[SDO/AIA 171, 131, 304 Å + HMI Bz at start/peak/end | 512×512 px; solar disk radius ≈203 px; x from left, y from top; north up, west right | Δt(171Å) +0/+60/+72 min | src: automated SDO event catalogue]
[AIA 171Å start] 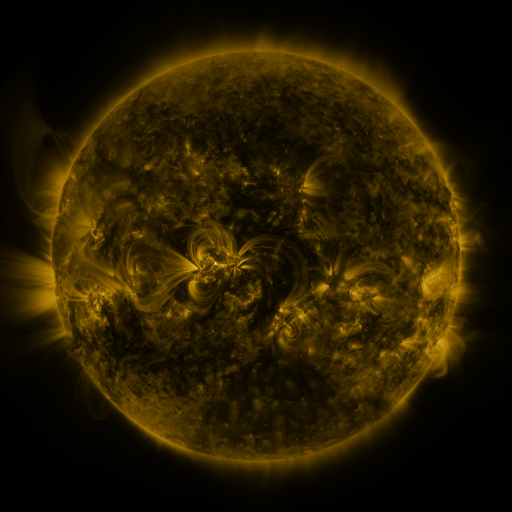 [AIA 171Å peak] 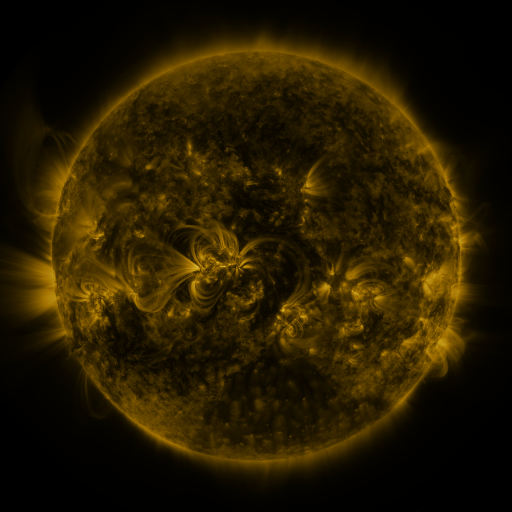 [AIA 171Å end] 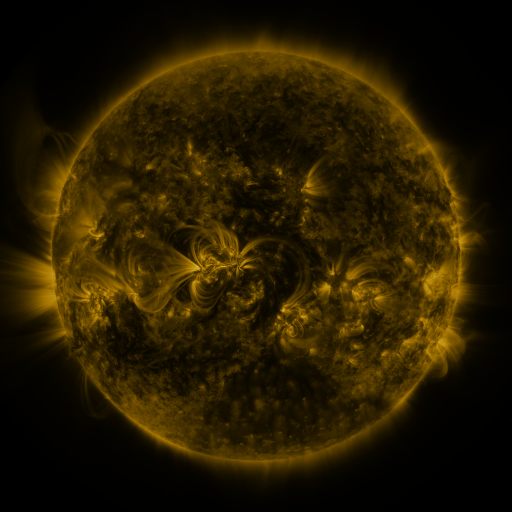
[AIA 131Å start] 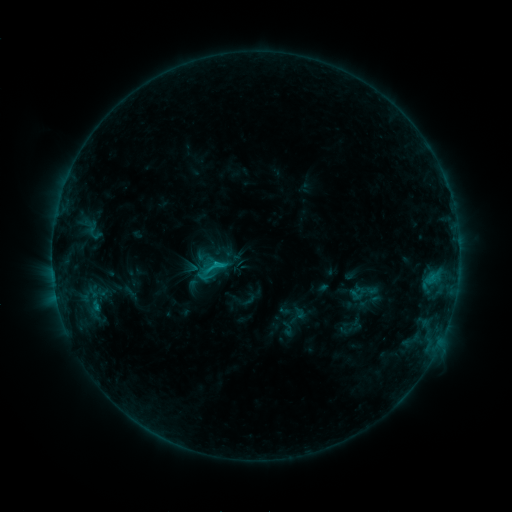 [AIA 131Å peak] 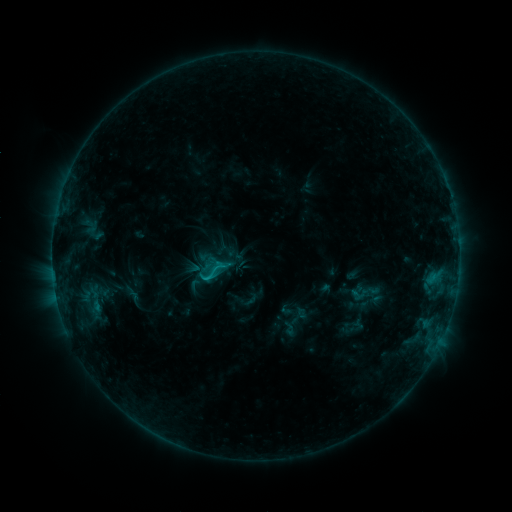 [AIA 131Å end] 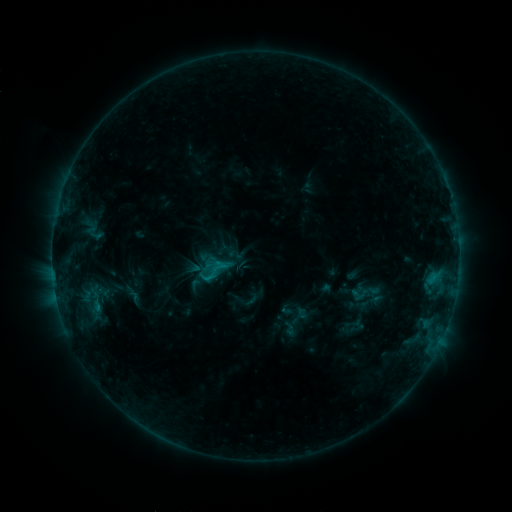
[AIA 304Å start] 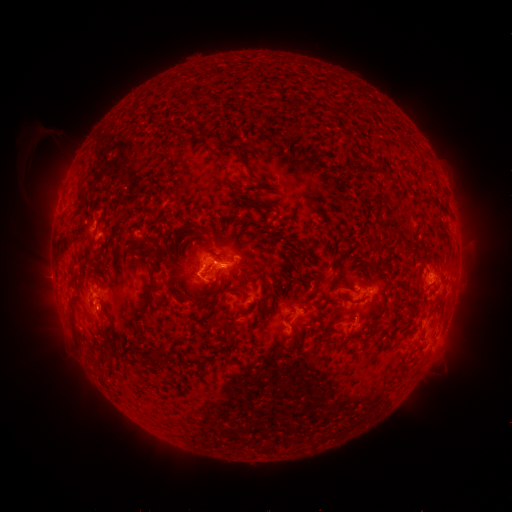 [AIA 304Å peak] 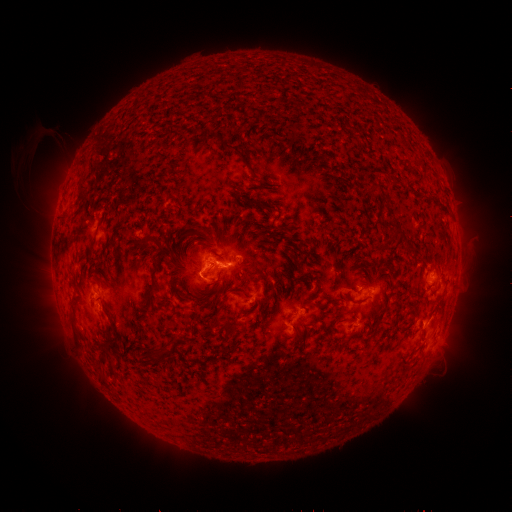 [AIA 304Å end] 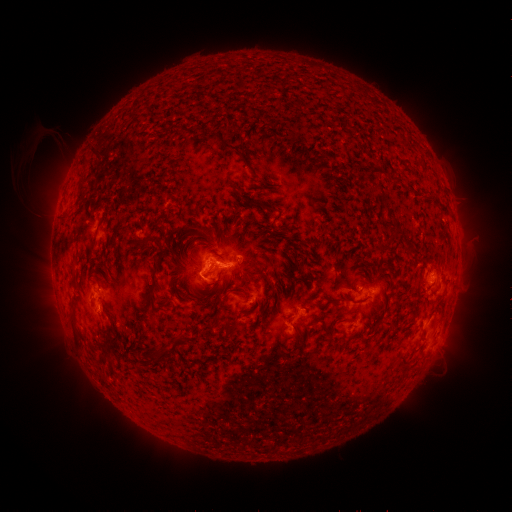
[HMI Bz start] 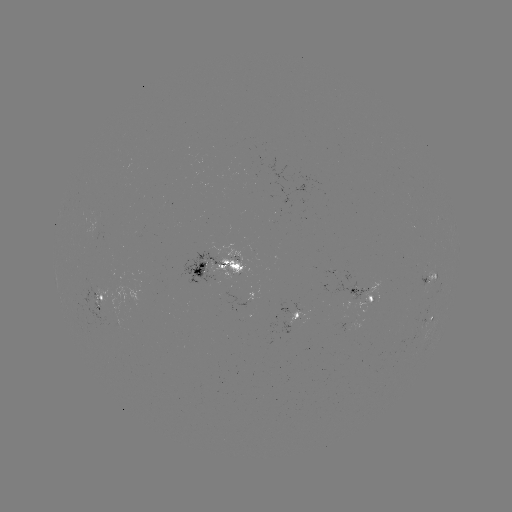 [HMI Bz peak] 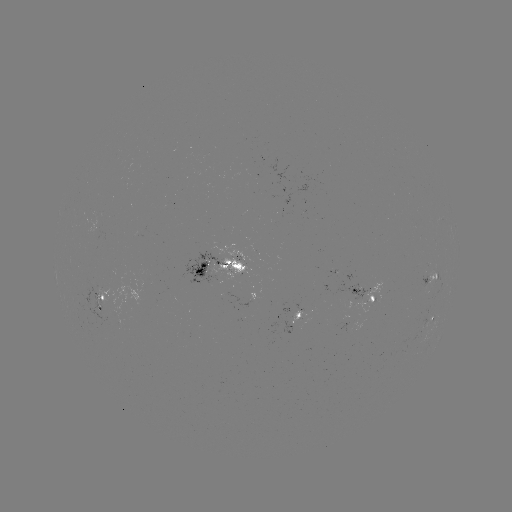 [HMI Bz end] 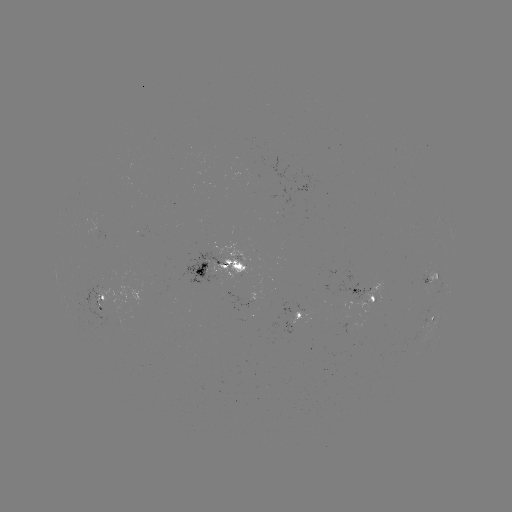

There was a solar emerging-flux region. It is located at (377, 298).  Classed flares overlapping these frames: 2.